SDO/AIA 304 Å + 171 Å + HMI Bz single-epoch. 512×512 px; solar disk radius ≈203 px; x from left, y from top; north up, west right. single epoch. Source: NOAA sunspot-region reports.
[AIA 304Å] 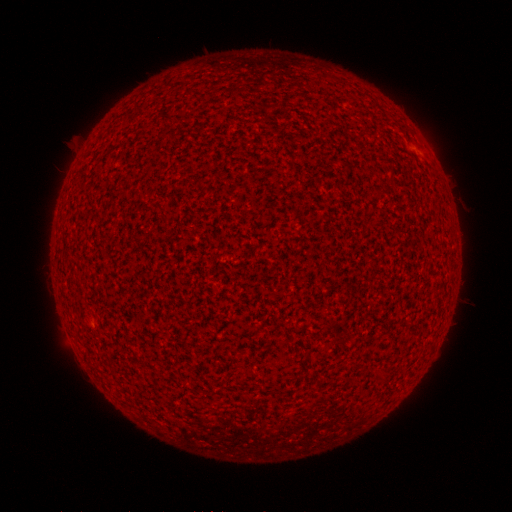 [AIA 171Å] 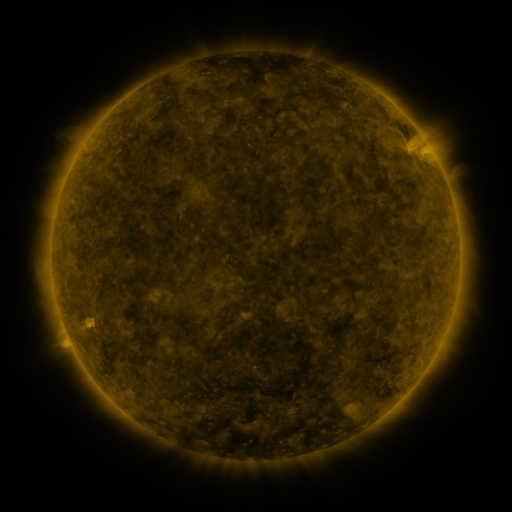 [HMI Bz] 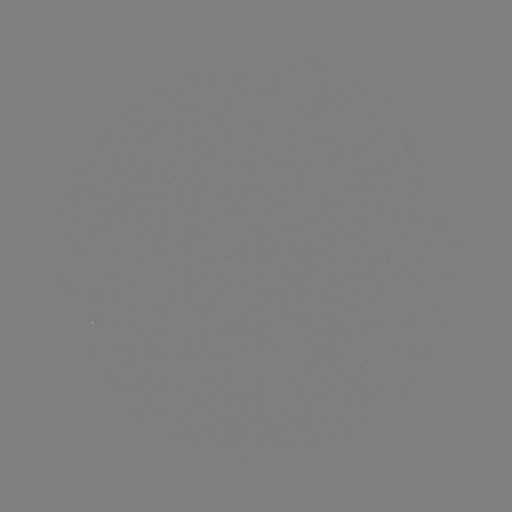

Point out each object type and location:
(none)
